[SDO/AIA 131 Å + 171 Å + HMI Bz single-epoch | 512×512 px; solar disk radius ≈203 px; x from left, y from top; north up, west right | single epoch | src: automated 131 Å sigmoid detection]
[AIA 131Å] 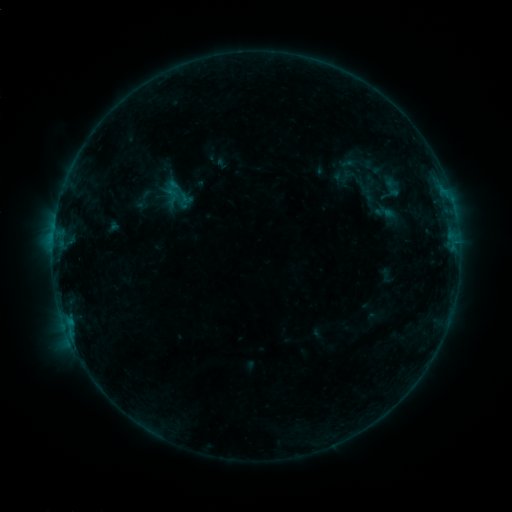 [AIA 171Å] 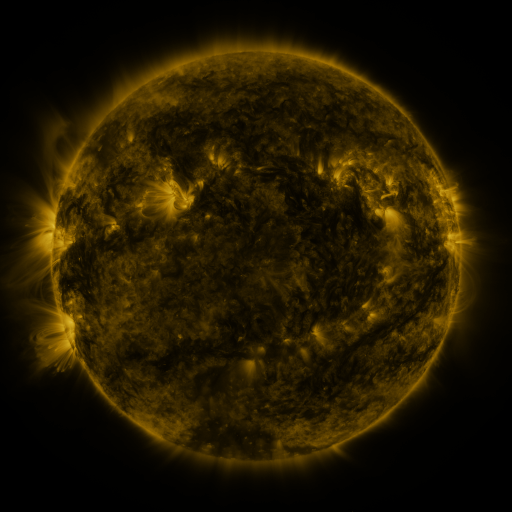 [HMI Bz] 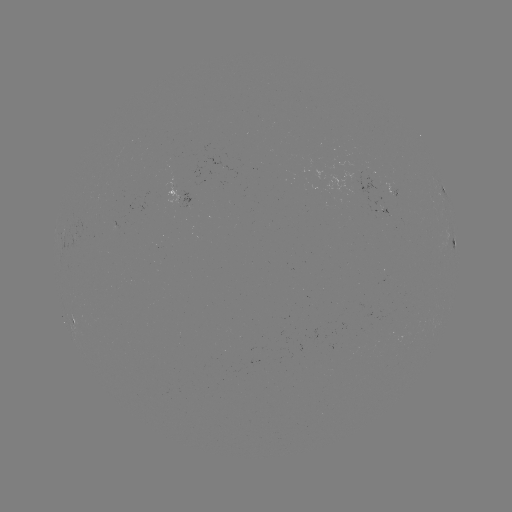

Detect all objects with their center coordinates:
sigmoid: (359, 163)
